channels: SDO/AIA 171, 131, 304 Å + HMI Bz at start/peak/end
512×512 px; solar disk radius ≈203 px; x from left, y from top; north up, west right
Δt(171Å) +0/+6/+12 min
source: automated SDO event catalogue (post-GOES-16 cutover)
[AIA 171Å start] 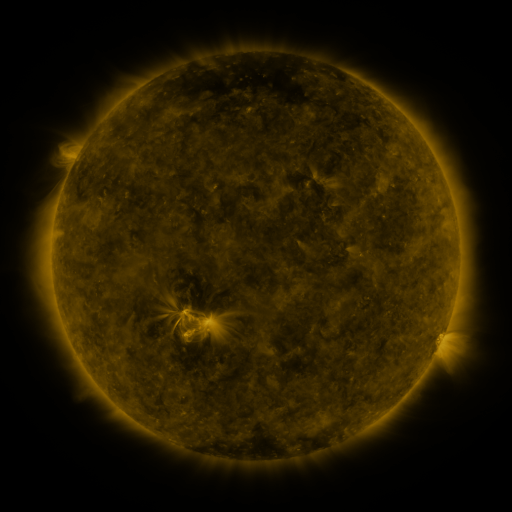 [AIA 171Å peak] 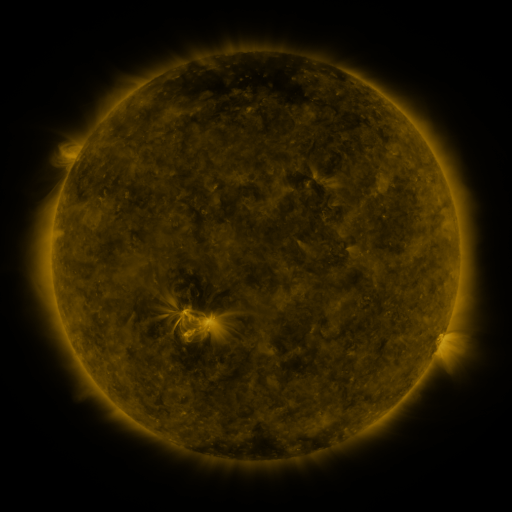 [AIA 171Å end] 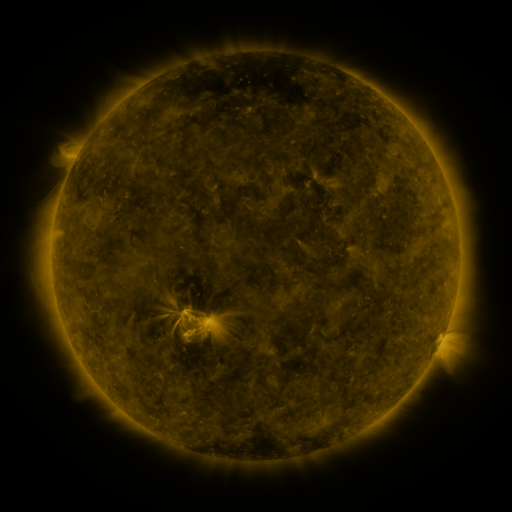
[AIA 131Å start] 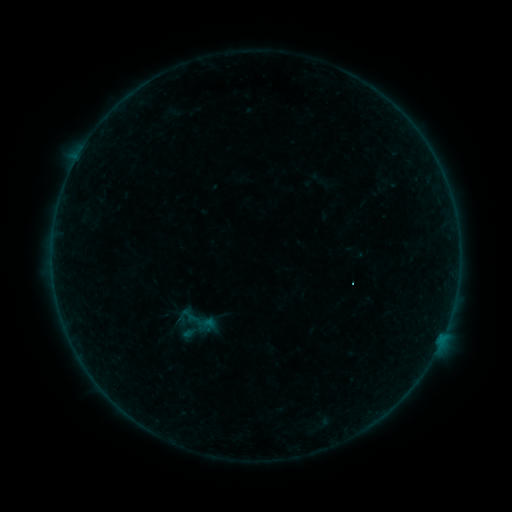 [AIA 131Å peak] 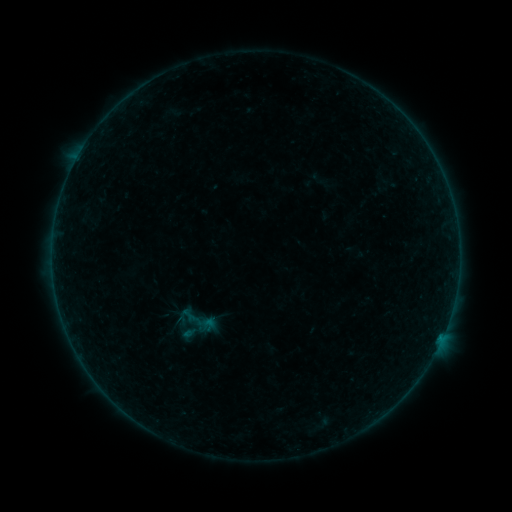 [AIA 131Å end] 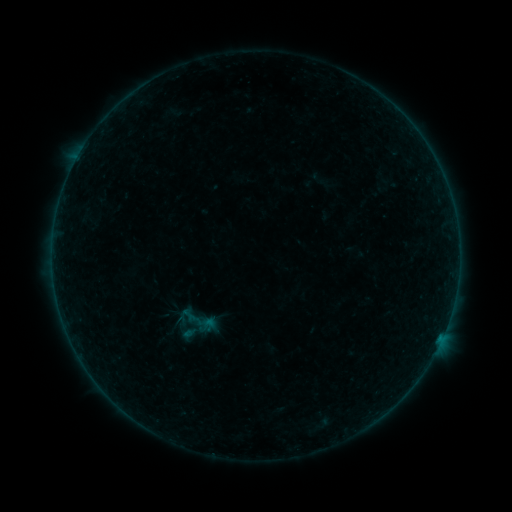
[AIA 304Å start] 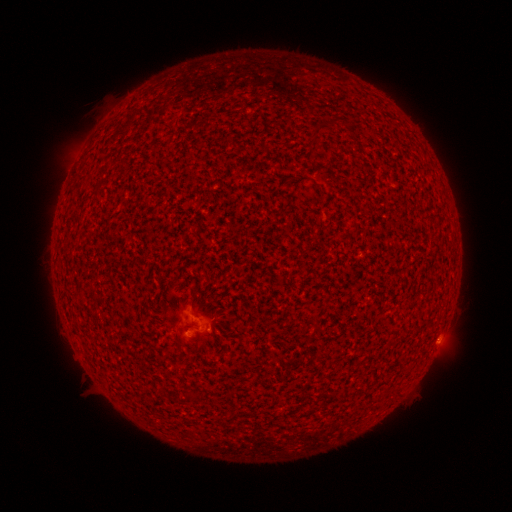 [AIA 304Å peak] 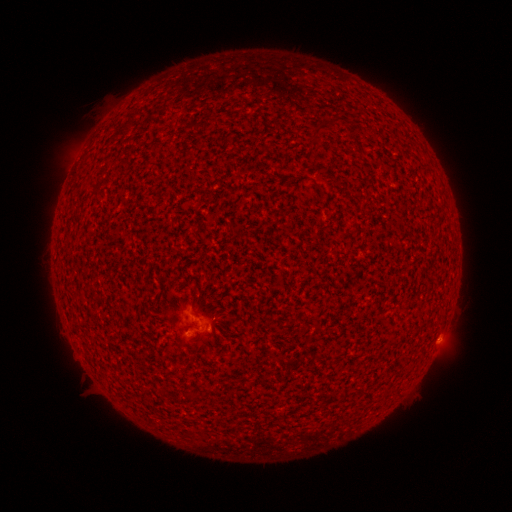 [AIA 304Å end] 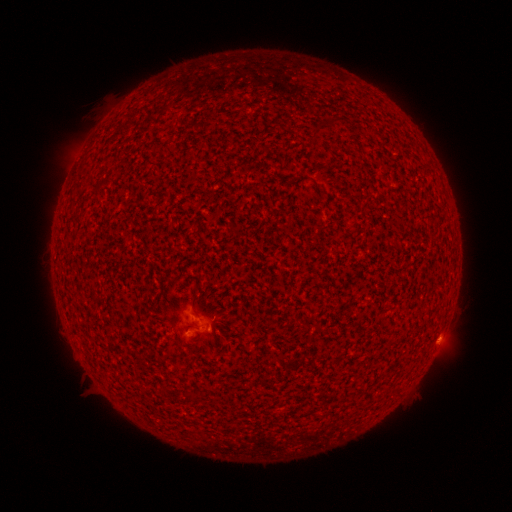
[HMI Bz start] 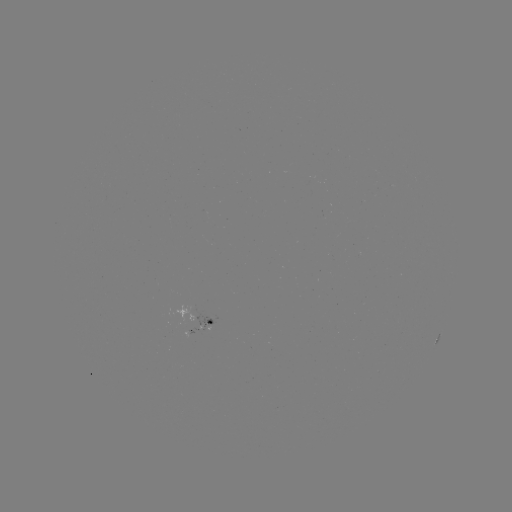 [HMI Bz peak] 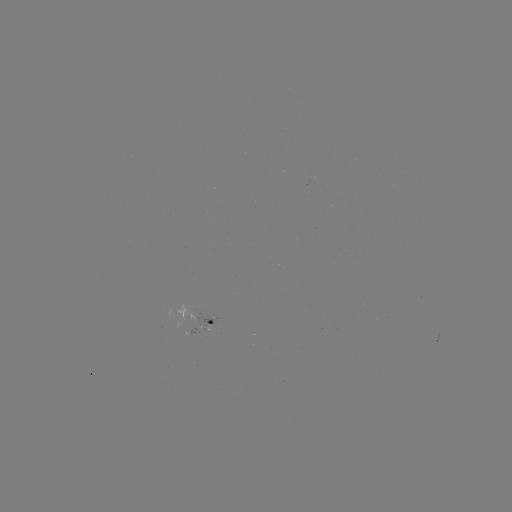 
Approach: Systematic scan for B1.2 flare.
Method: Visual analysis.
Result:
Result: B1.2 flare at [440, 335].